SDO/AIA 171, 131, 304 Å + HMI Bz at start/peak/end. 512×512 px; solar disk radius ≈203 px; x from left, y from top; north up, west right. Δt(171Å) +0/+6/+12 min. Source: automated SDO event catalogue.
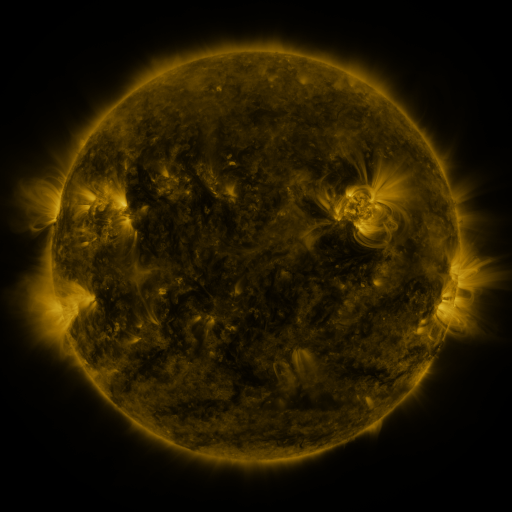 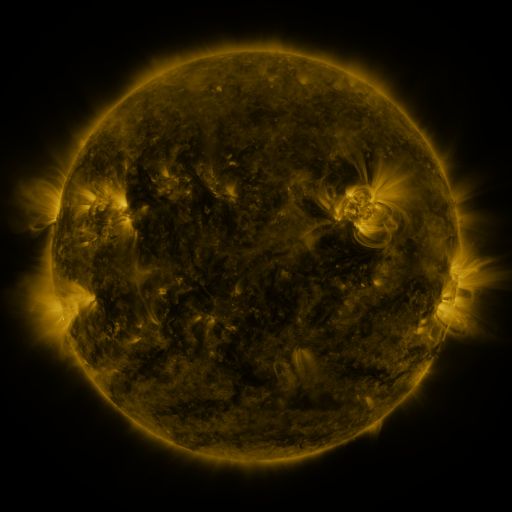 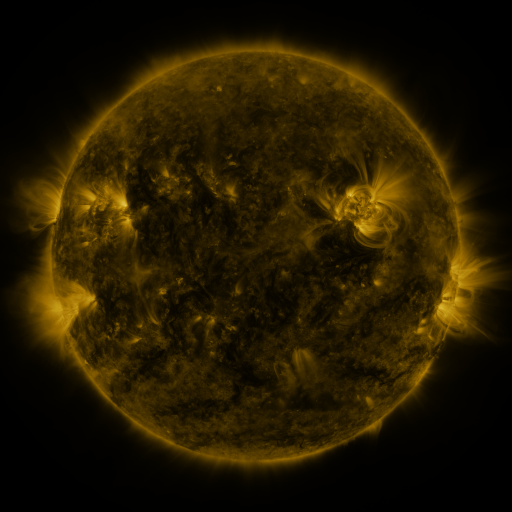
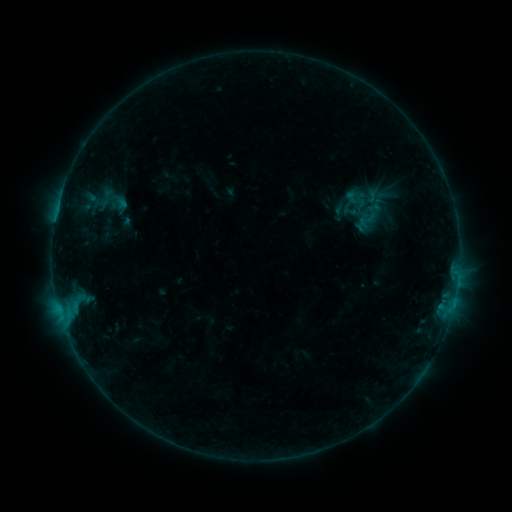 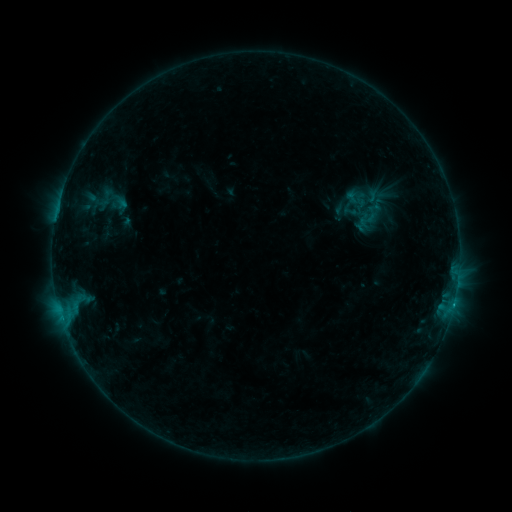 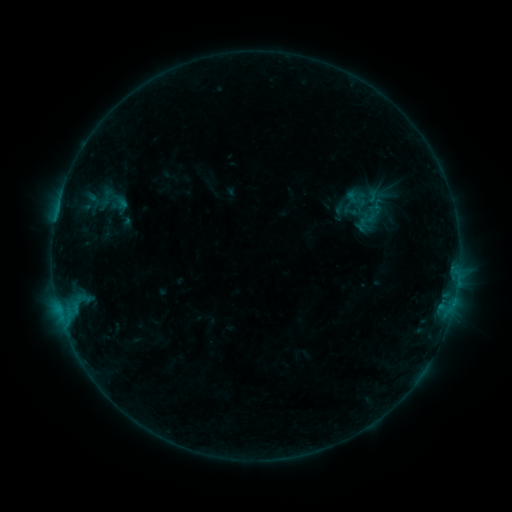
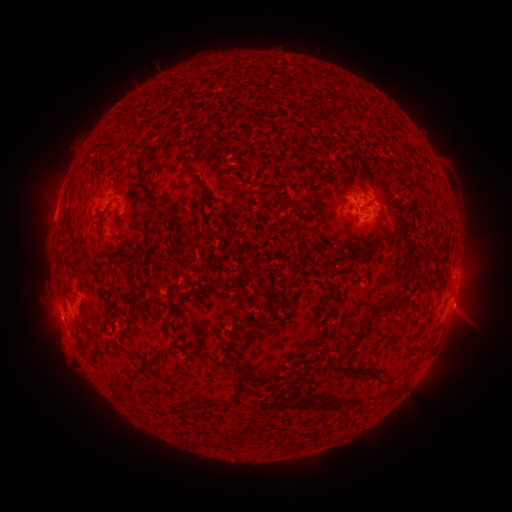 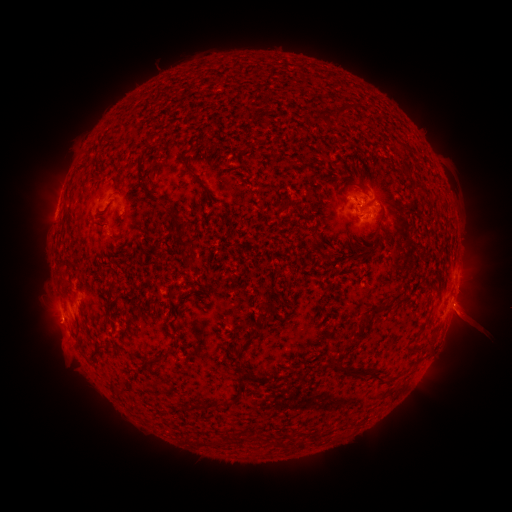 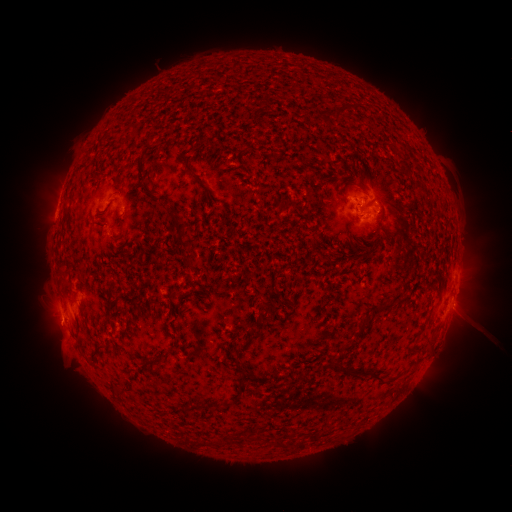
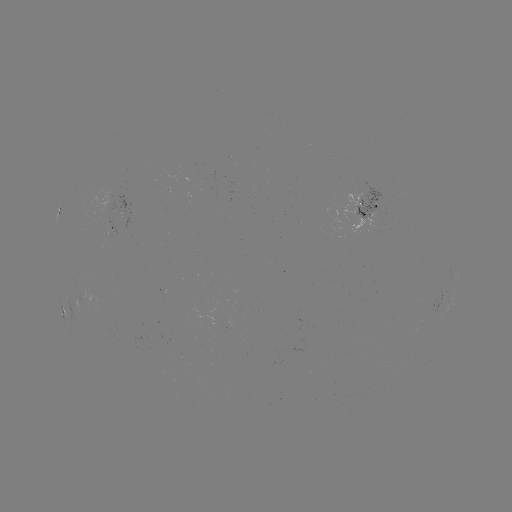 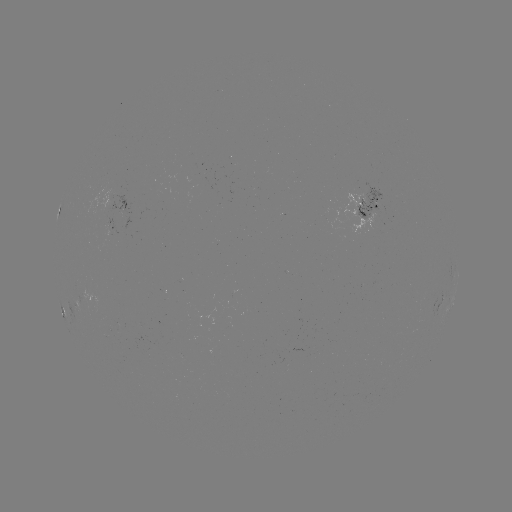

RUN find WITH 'eruption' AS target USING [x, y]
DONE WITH [472, 317] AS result